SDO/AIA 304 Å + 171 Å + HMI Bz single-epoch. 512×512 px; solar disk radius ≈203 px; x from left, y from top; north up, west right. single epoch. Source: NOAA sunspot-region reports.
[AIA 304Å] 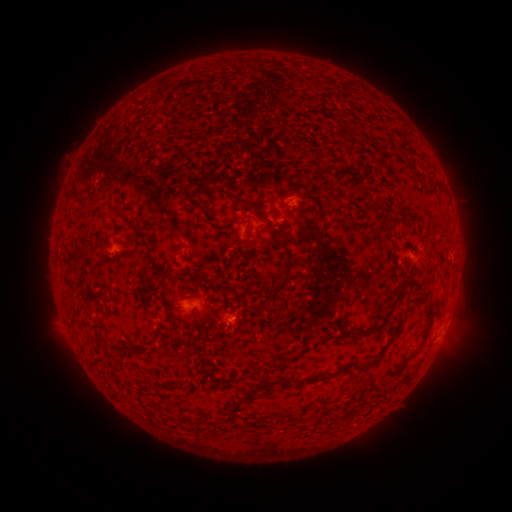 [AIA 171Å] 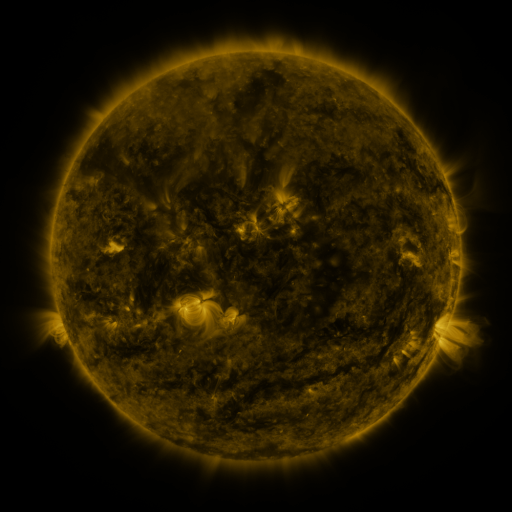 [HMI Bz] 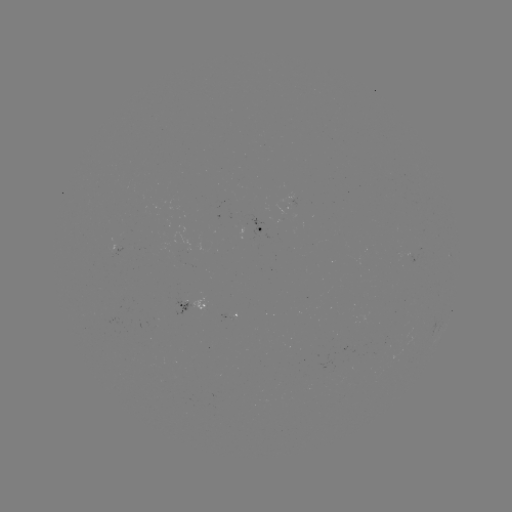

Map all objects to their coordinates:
spotted active region: (262, 231)
spotted active region: (411, 251)
spotted active region: (196, 308)
spotted active region: (231, 316)
